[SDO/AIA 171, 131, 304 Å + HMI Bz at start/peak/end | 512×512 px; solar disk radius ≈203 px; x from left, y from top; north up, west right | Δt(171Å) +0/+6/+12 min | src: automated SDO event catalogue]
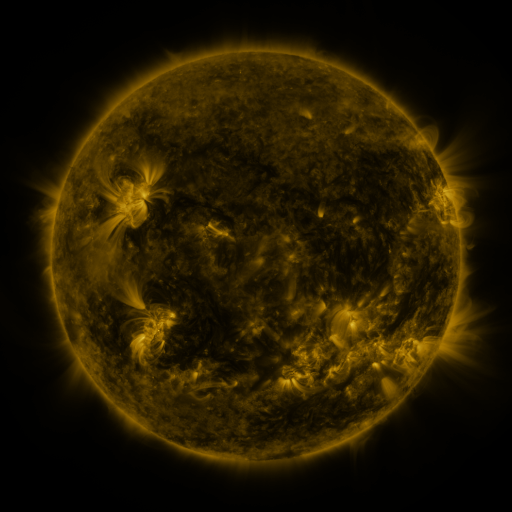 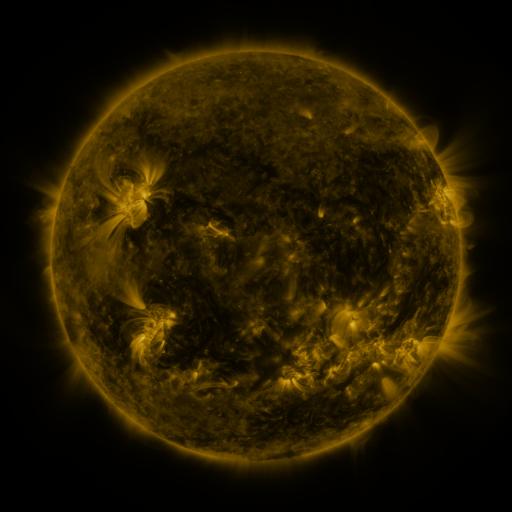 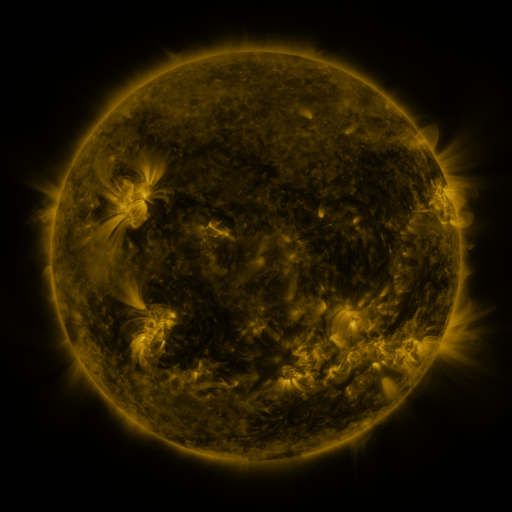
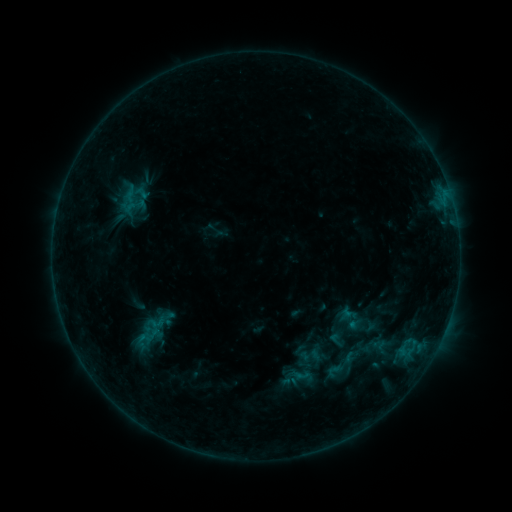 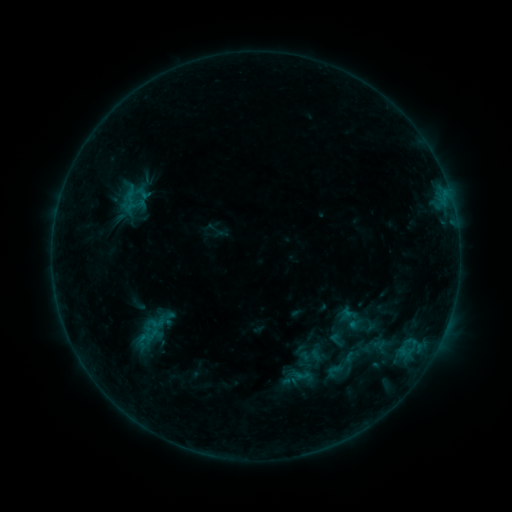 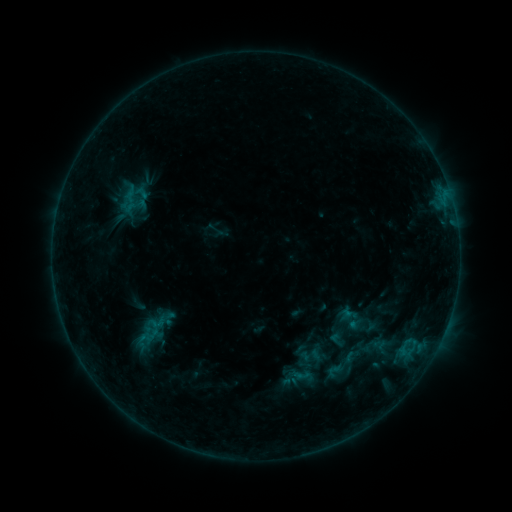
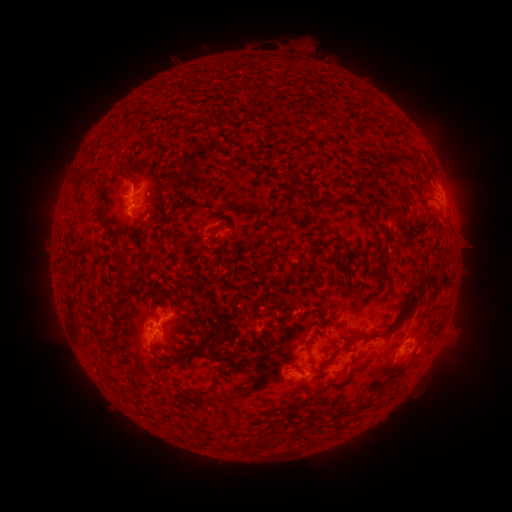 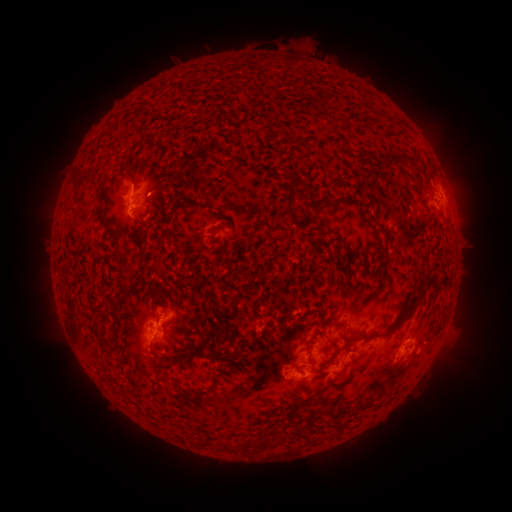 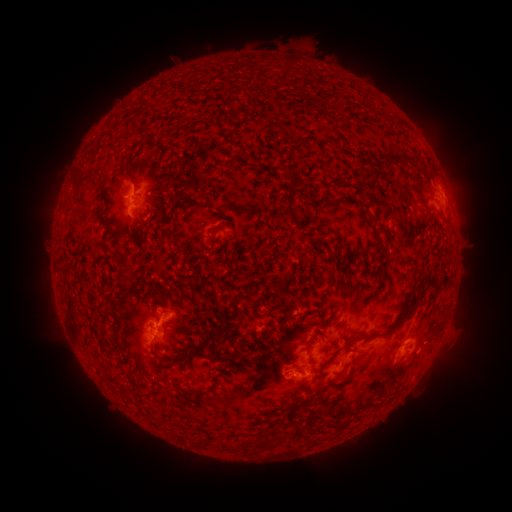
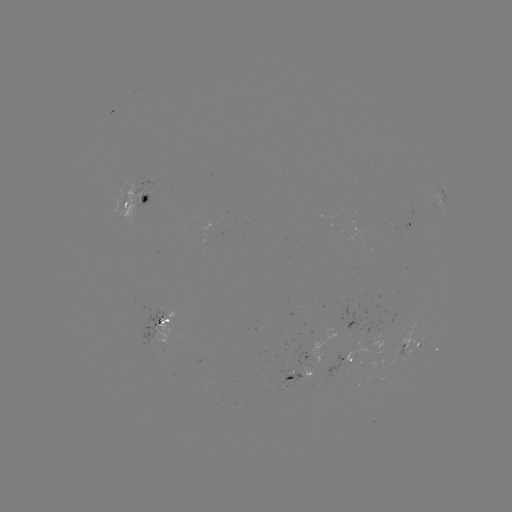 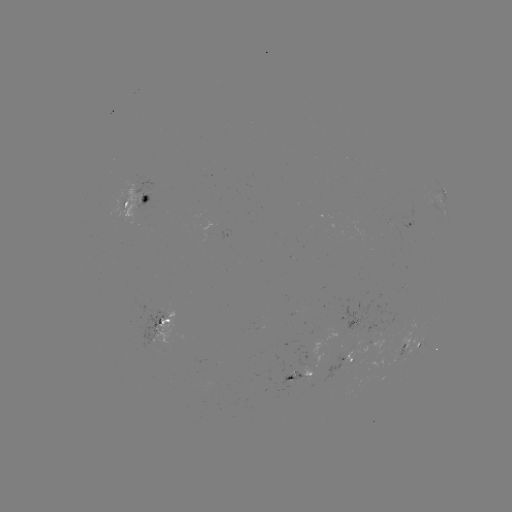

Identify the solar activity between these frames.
no catalogued flare and no flagged EUV brightening in this window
